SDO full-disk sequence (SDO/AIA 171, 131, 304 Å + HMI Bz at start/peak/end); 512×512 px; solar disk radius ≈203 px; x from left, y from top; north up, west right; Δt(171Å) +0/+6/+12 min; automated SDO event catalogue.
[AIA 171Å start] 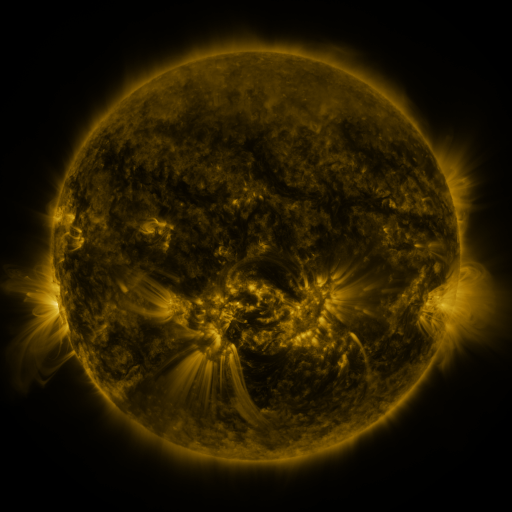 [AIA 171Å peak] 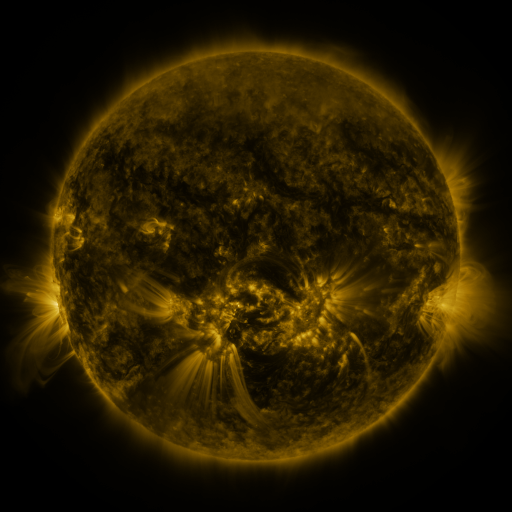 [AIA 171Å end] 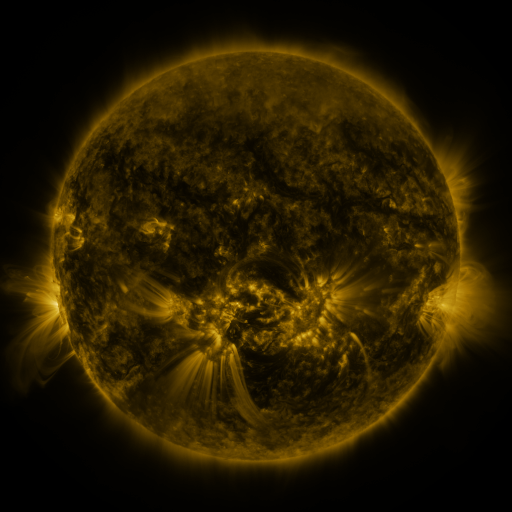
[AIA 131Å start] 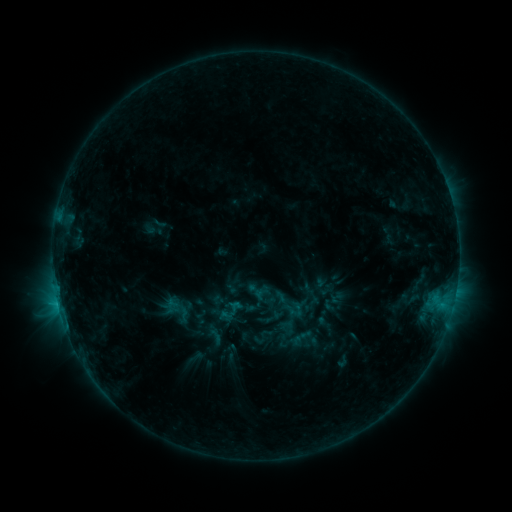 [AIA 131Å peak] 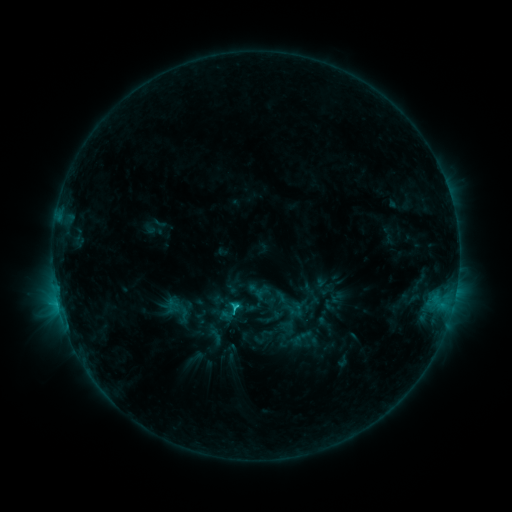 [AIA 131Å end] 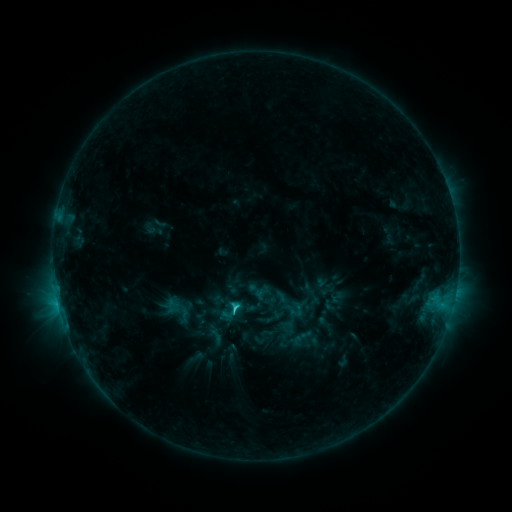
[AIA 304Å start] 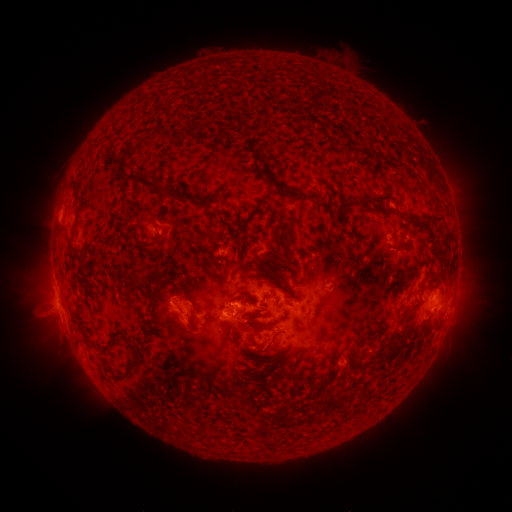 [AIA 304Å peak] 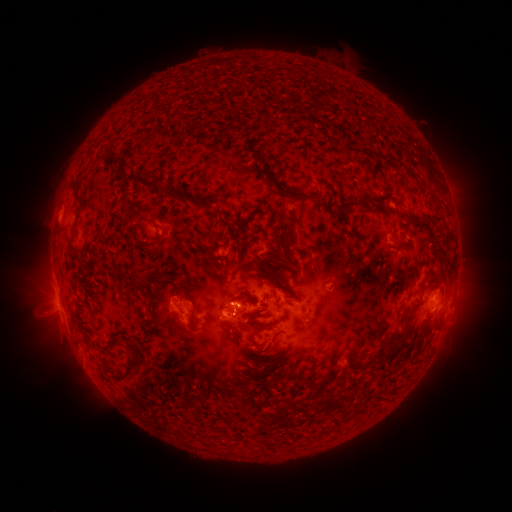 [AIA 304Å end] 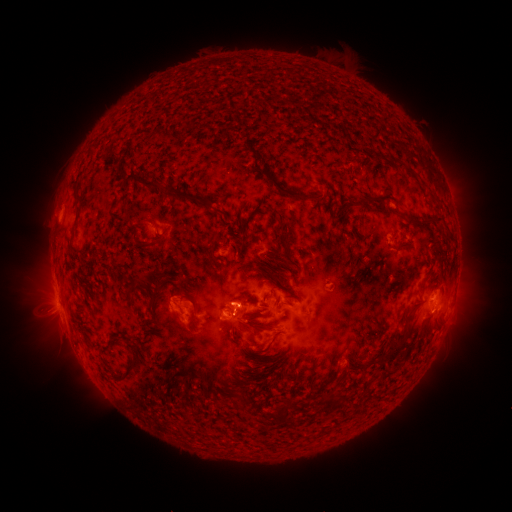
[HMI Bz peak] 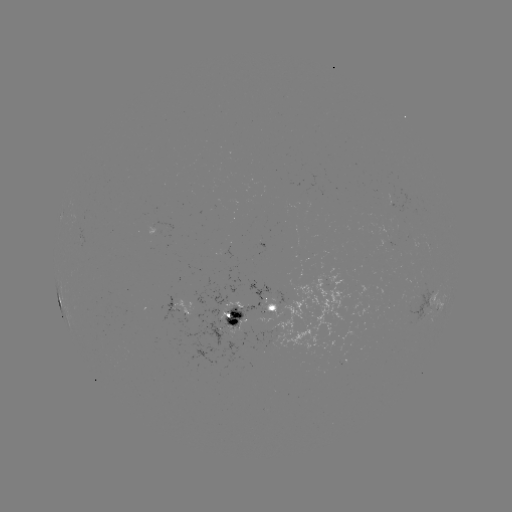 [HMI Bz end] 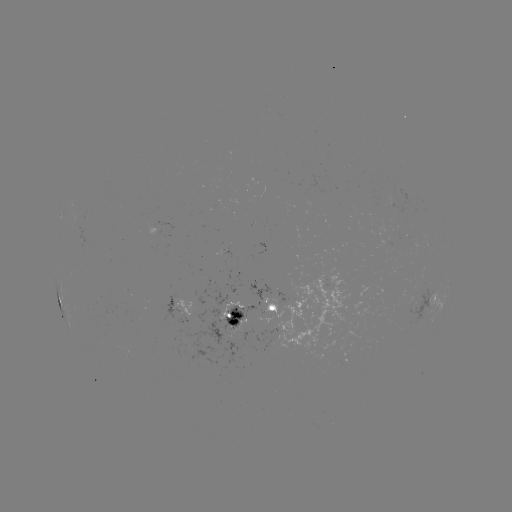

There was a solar flare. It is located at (238, 306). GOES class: C2.4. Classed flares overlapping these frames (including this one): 1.